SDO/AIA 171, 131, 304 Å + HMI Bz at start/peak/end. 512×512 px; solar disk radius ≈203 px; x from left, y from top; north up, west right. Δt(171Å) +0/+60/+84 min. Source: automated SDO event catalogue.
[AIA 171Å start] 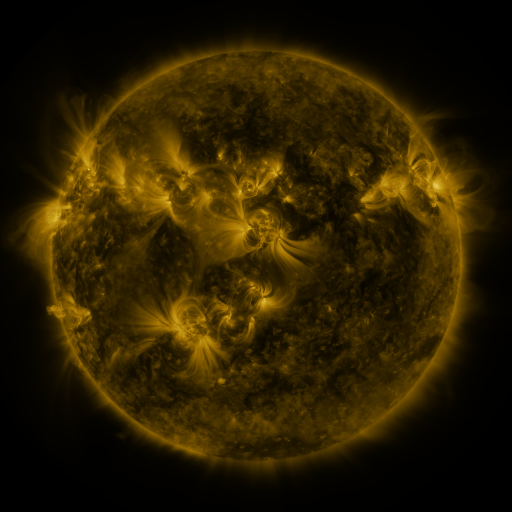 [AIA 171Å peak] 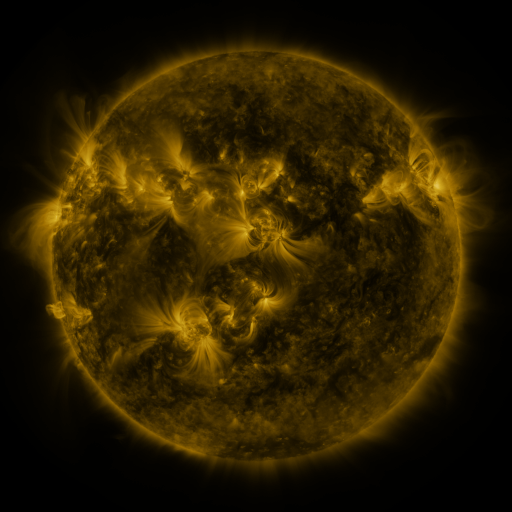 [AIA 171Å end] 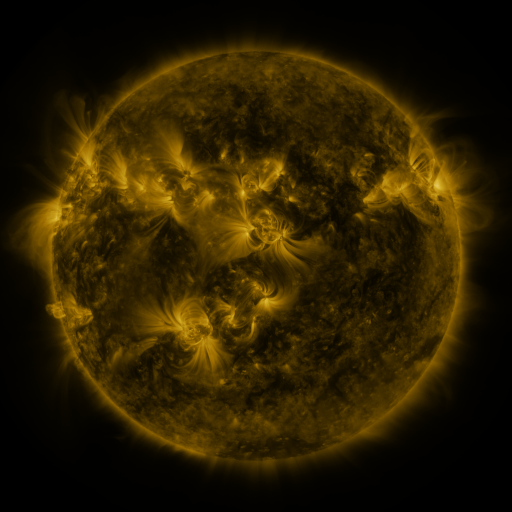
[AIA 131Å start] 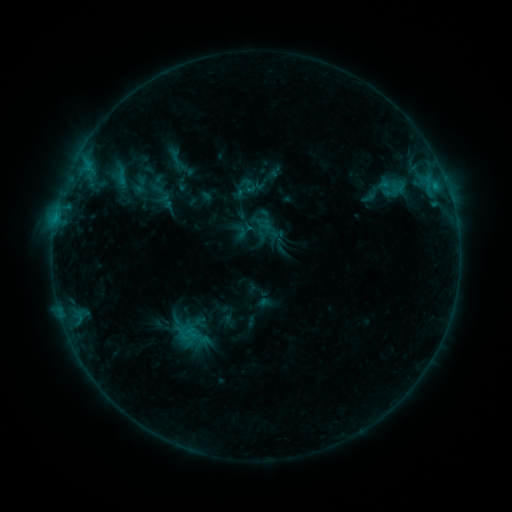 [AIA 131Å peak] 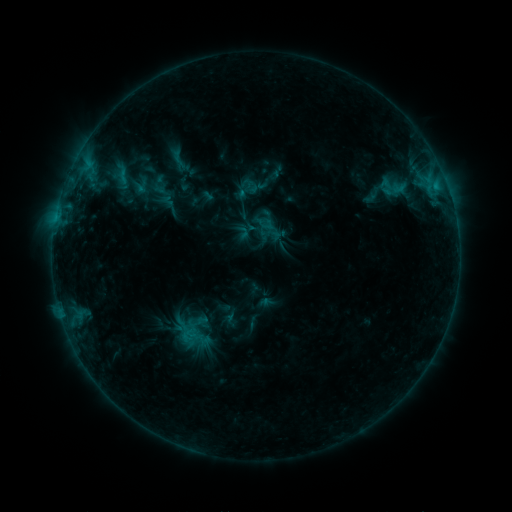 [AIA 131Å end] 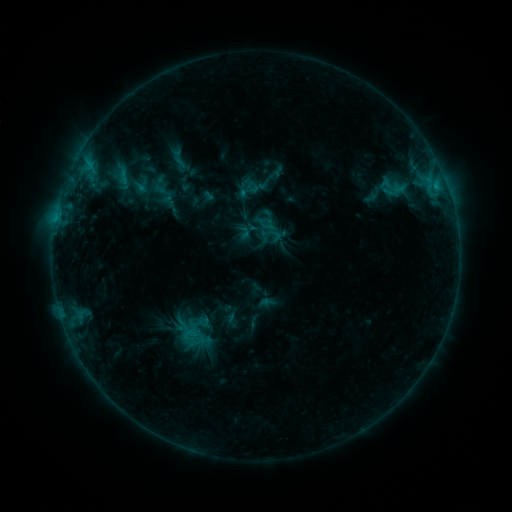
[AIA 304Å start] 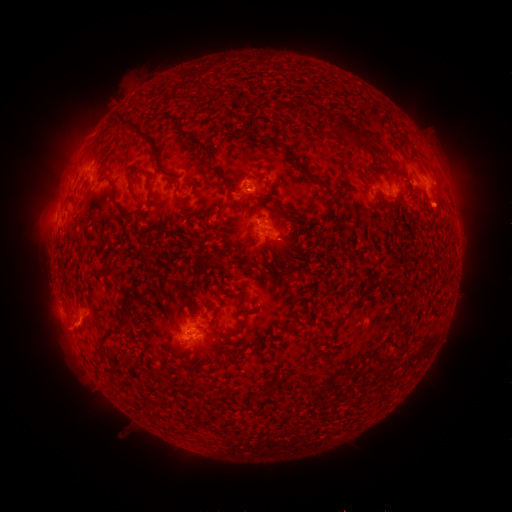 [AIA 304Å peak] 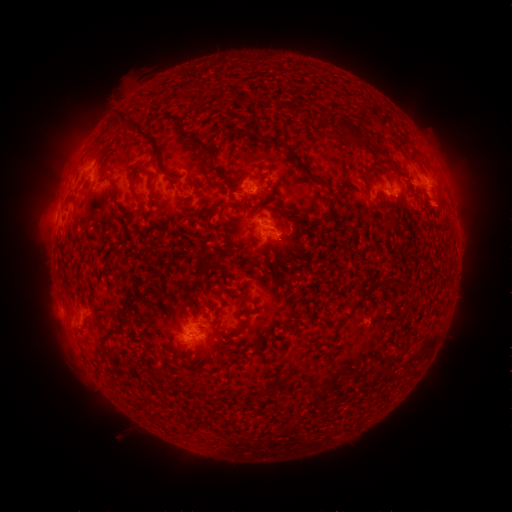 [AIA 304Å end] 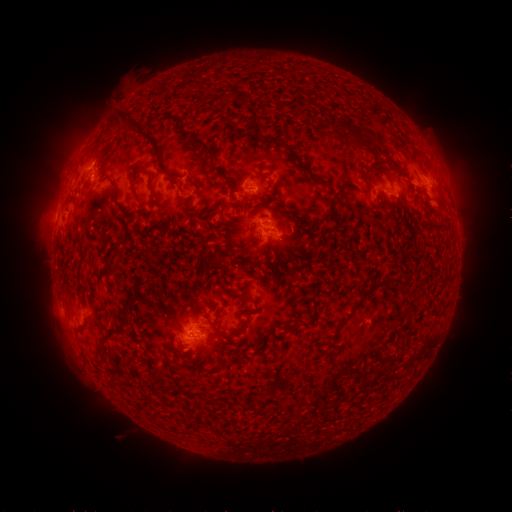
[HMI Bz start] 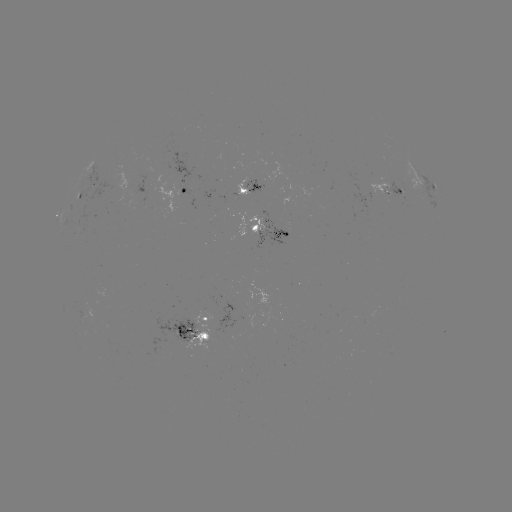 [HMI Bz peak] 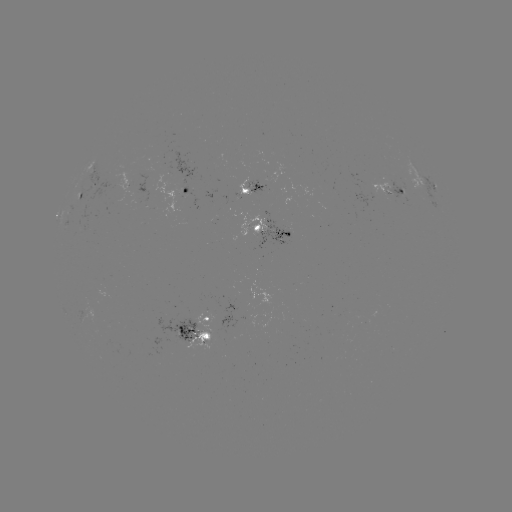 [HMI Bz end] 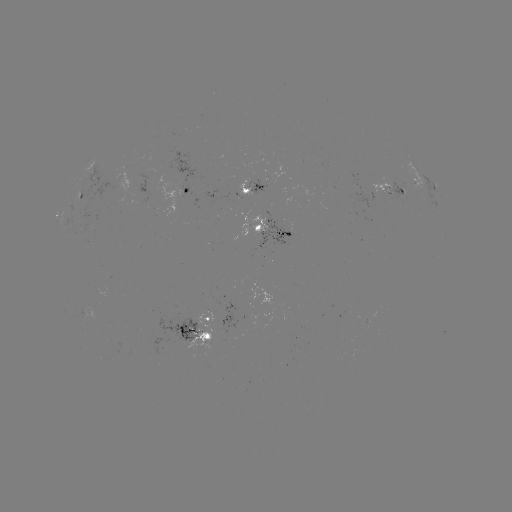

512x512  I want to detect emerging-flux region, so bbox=[232, 180, 250, 194].